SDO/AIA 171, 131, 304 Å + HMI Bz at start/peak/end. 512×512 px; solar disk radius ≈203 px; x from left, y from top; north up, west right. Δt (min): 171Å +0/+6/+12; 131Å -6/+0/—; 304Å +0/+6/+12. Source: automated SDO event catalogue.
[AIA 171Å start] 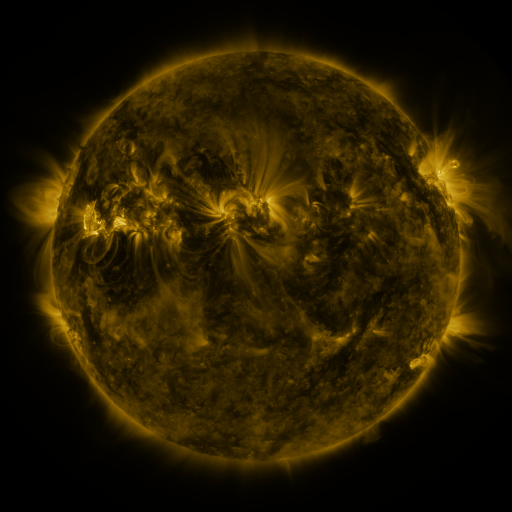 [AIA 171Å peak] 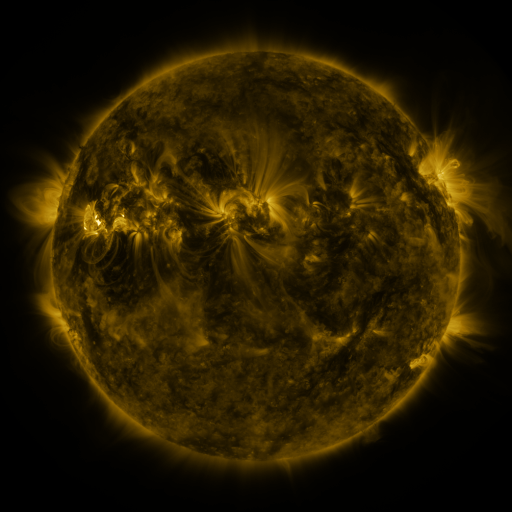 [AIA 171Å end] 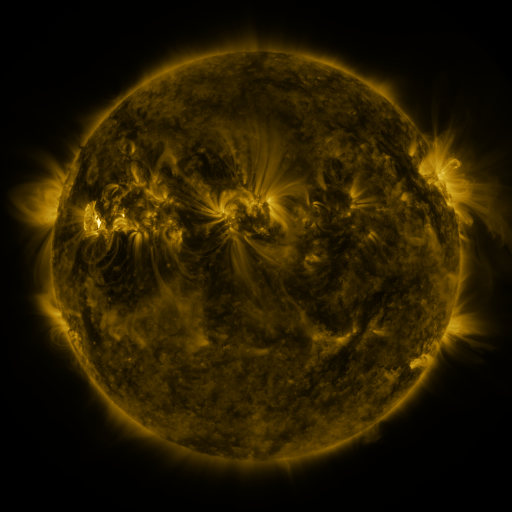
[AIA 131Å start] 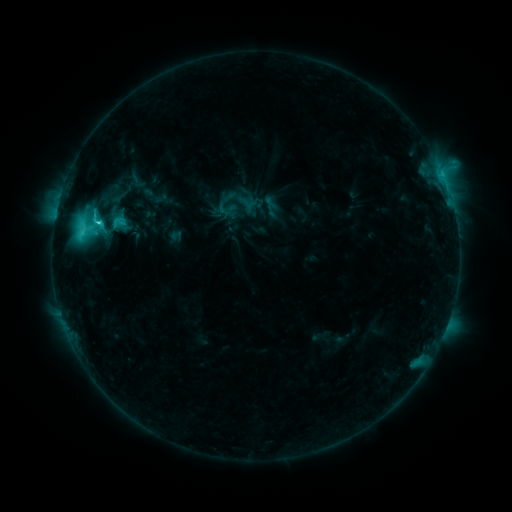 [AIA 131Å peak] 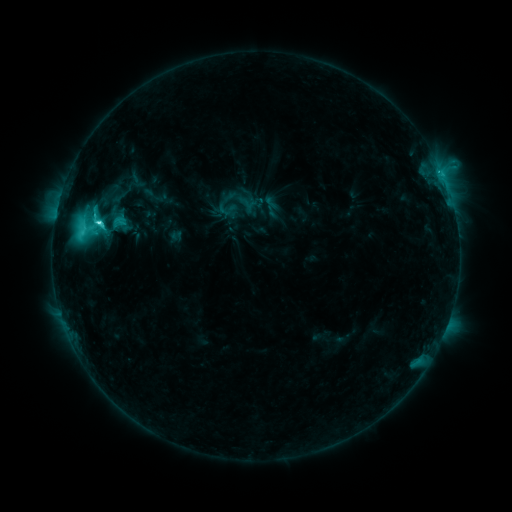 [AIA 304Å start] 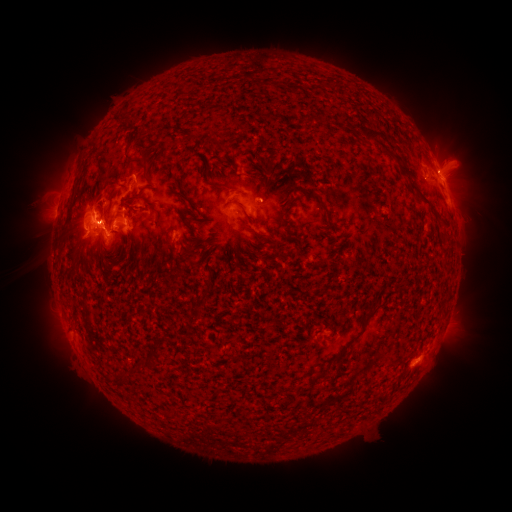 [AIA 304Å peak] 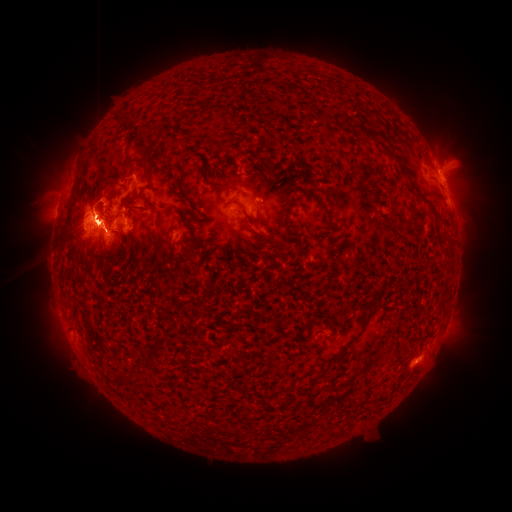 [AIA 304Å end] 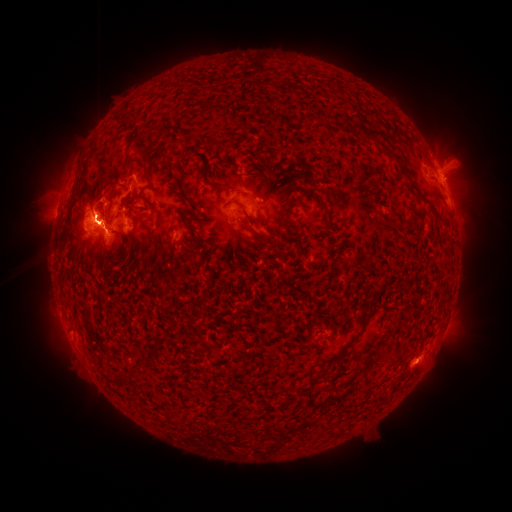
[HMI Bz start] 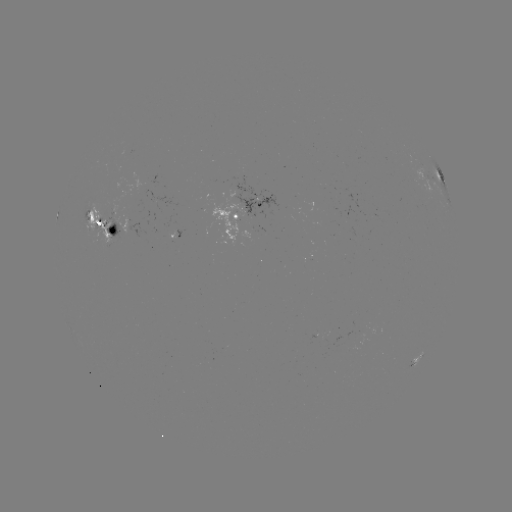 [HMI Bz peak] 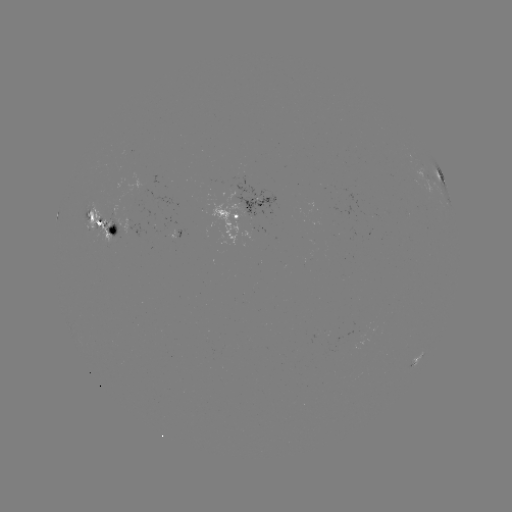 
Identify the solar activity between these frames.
M5.8 flare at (99, 225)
